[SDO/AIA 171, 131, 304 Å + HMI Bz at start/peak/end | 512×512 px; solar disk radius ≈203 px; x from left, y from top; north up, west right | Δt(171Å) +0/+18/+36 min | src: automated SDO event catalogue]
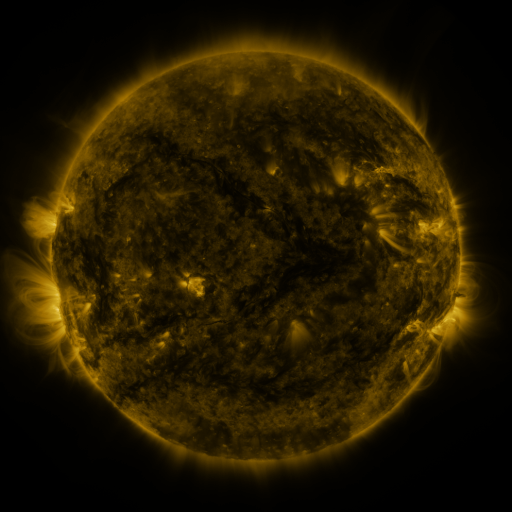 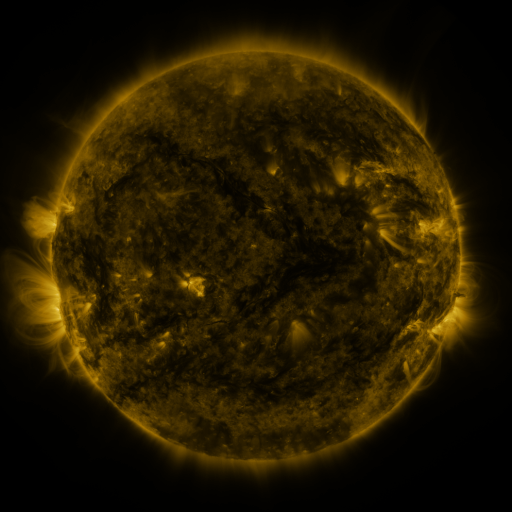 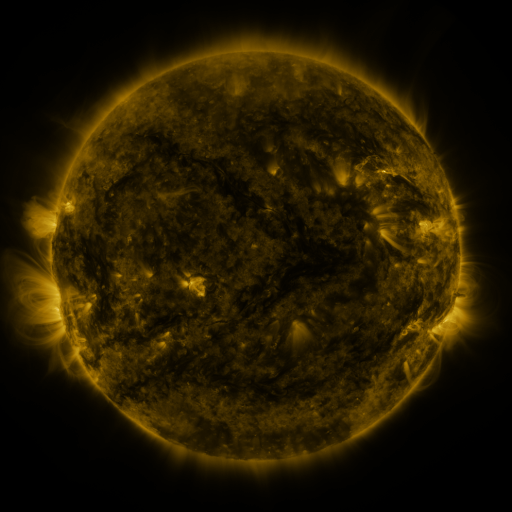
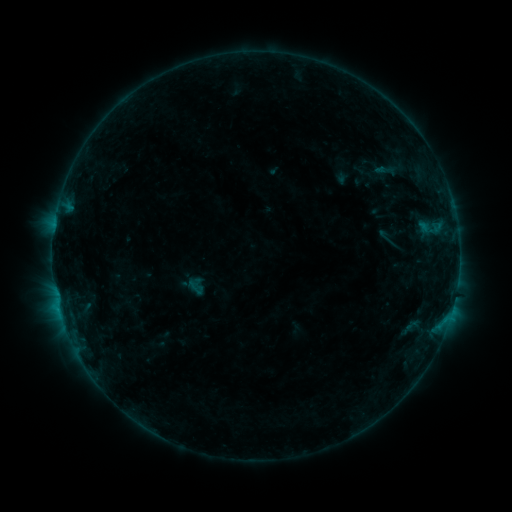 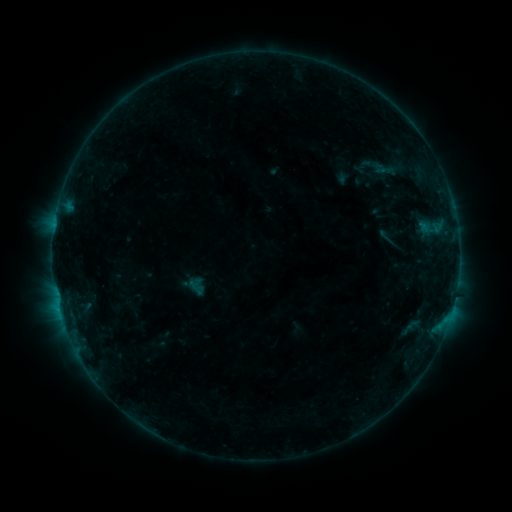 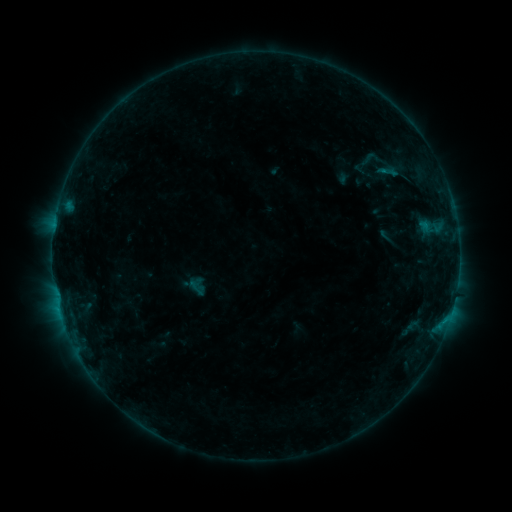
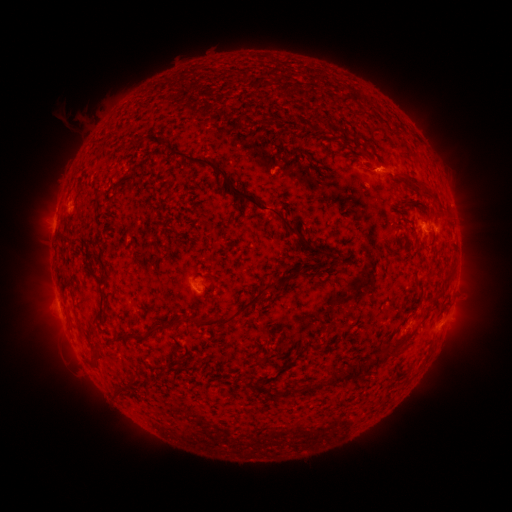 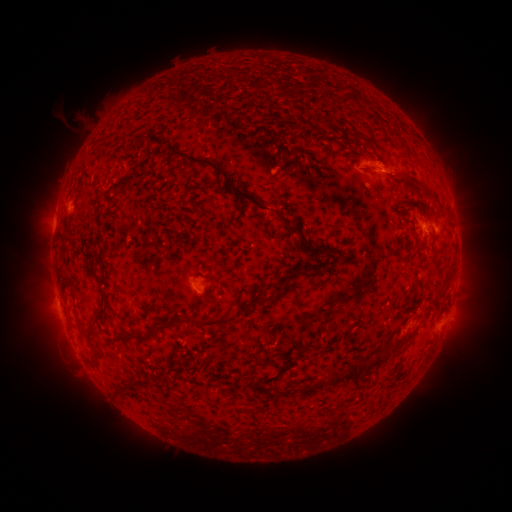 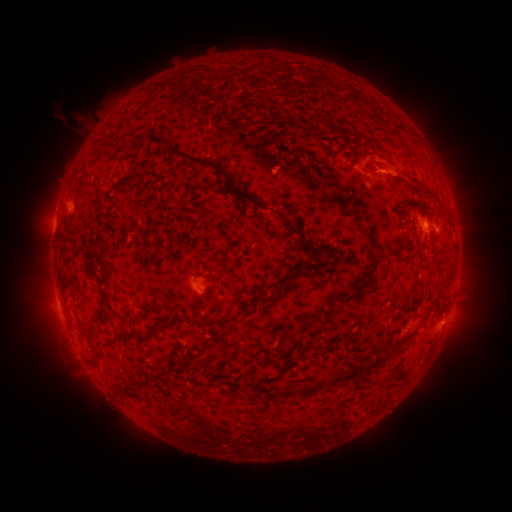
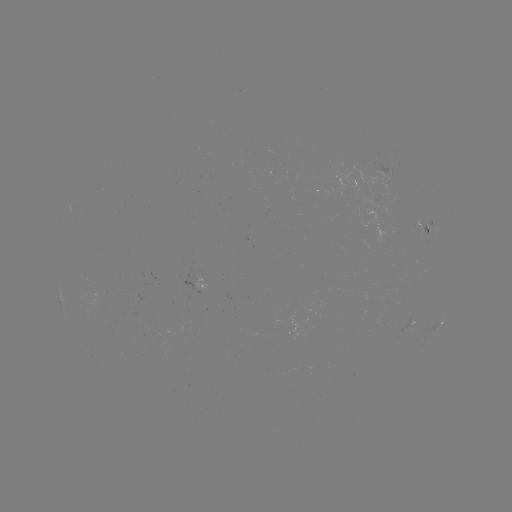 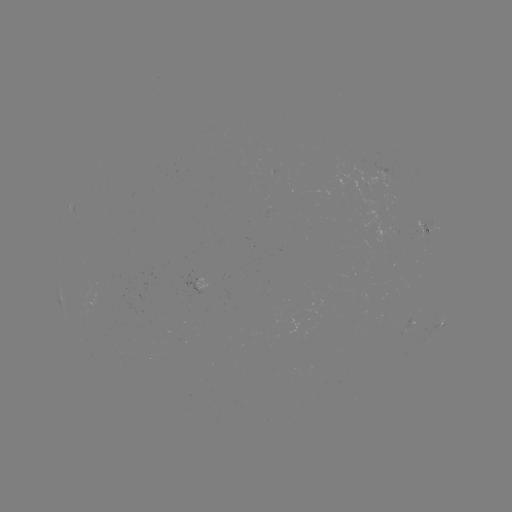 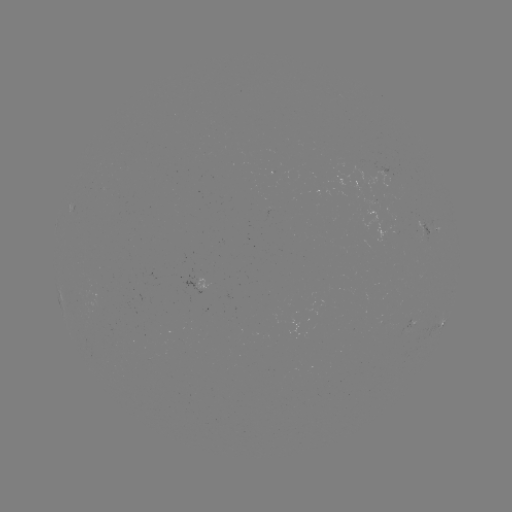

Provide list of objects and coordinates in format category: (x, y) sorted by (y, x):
eruption: (377, 160)
